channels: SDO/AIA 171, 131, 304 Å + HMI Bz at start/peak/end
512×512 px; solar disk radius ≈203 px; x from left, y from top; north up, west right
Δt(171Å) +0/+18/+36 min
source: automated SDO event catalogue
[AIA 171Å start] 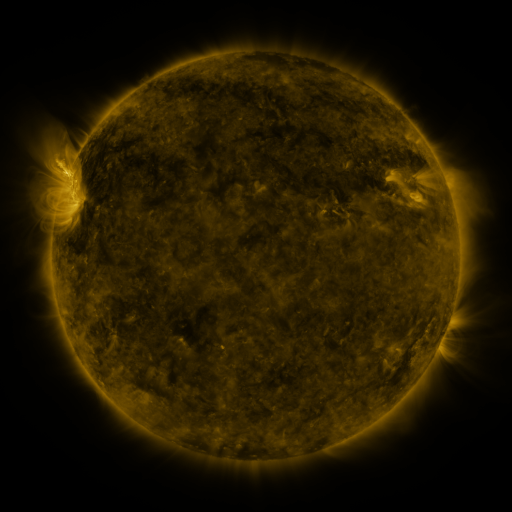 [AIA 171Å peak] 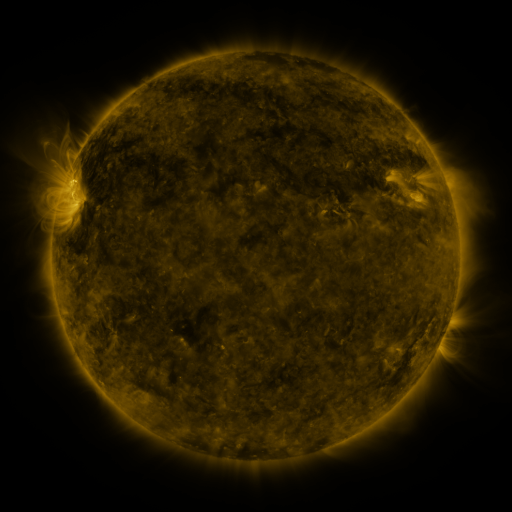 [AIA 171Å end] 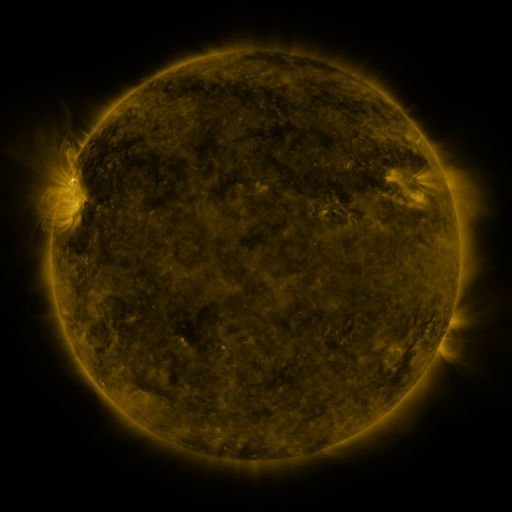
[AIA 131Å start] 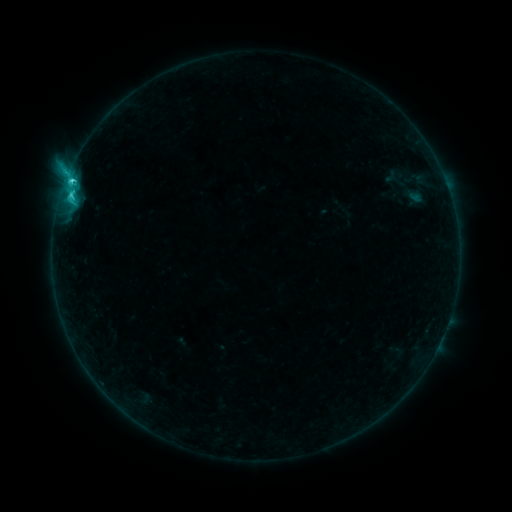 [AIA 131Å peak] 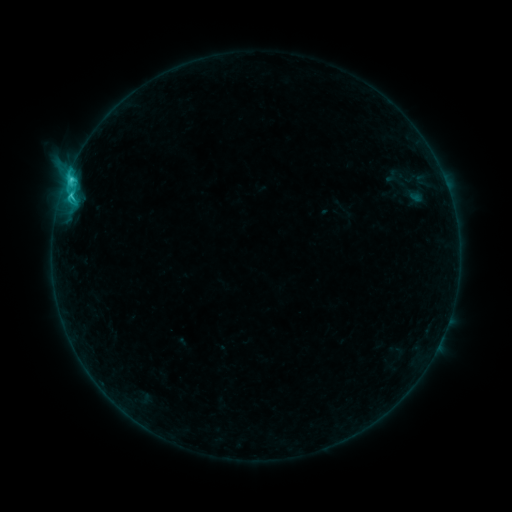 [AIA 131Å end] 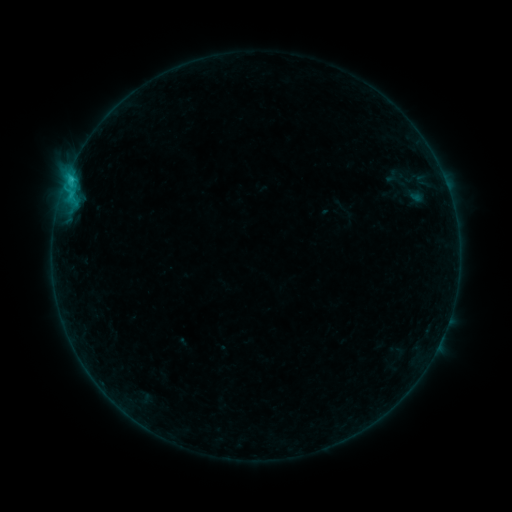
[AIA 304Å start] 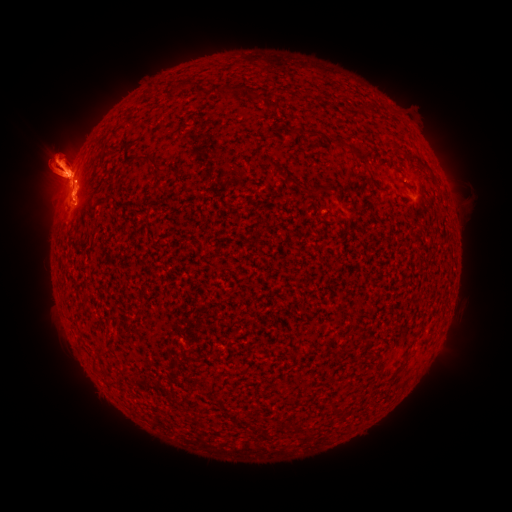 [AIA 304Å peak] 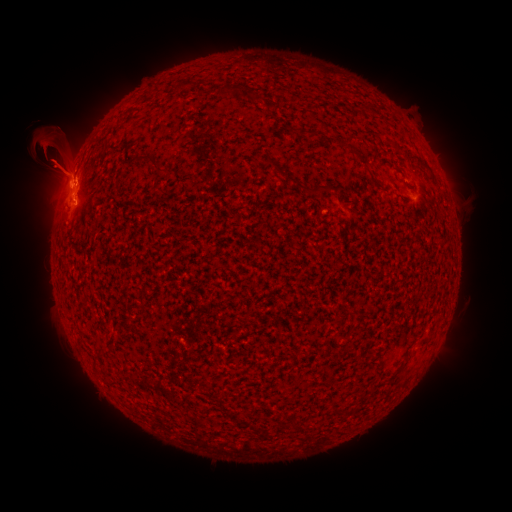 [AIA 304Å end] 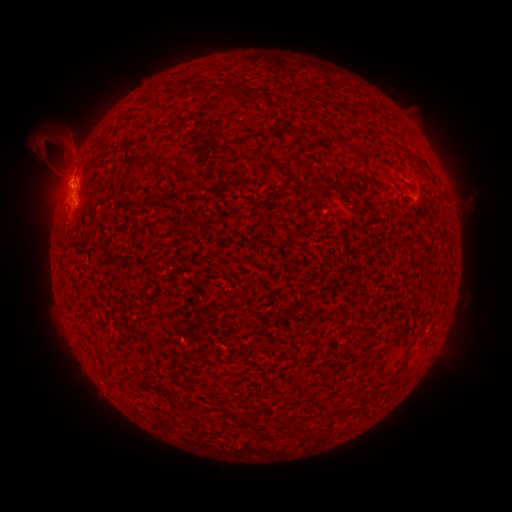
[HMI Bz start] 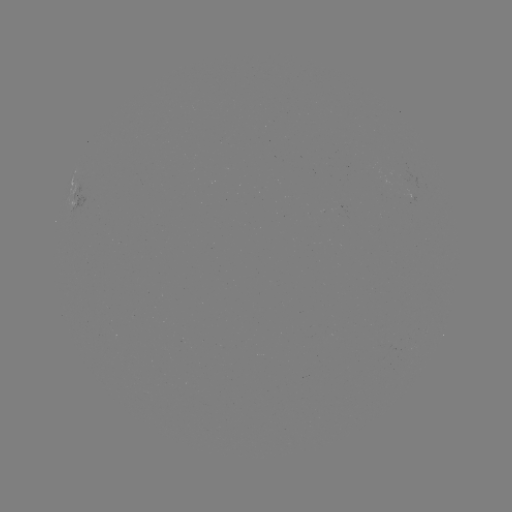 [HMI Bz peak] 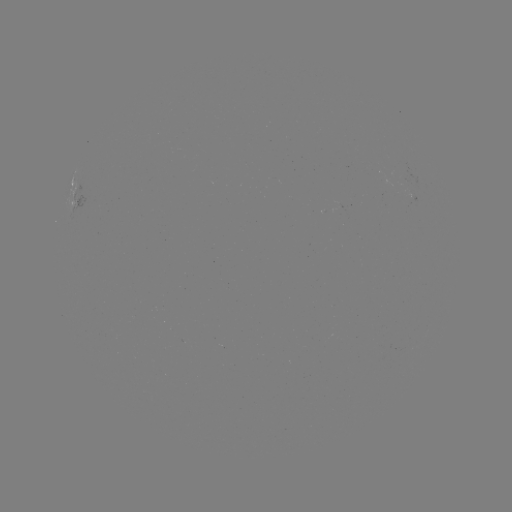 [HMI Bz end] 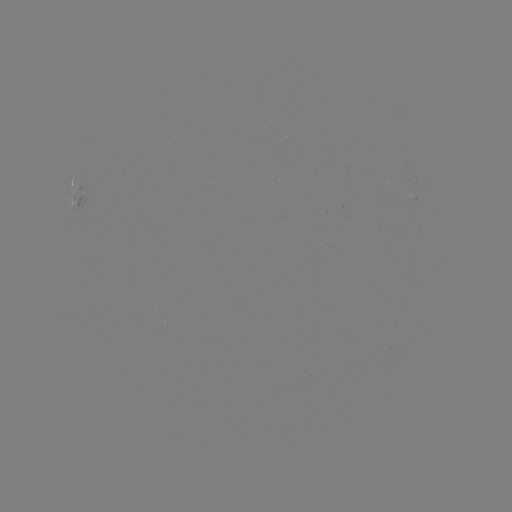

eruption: (0, 54, 143, 257)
